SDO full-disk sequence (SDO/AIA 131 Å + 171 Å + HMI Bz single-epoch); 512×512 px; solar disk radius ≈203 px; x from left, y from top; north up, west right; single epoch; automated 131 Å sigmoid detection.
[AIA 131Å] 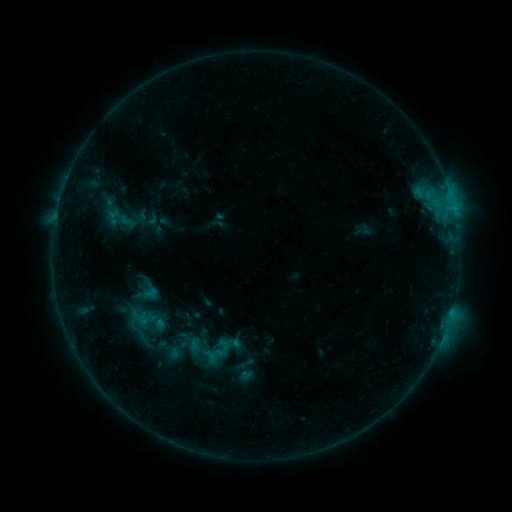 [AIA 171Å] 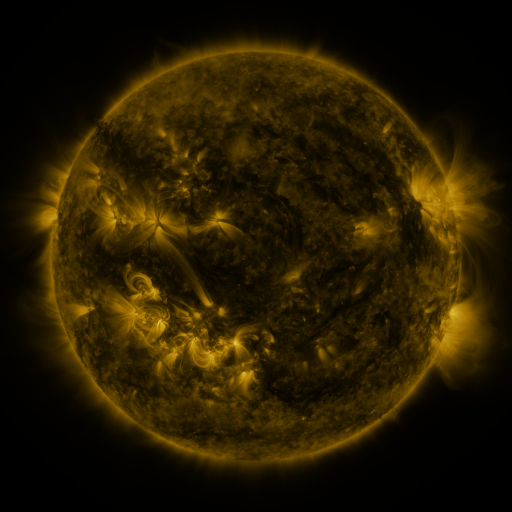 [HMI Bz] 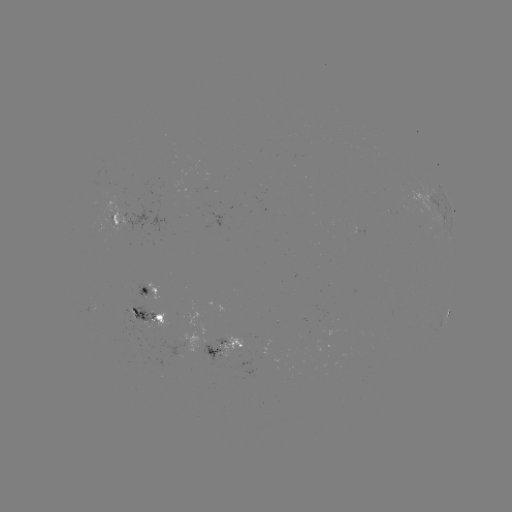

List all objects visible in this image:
sigmoid: (221, 350)
